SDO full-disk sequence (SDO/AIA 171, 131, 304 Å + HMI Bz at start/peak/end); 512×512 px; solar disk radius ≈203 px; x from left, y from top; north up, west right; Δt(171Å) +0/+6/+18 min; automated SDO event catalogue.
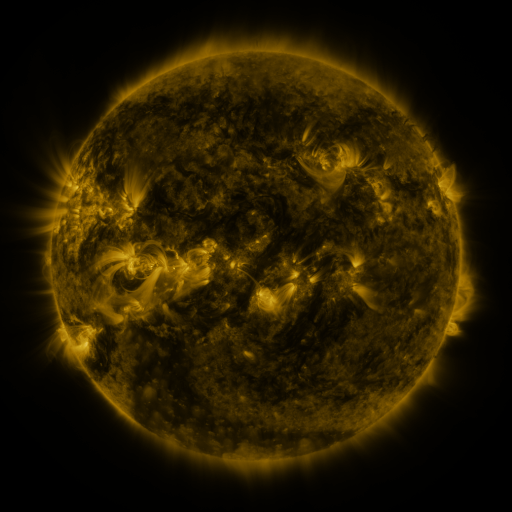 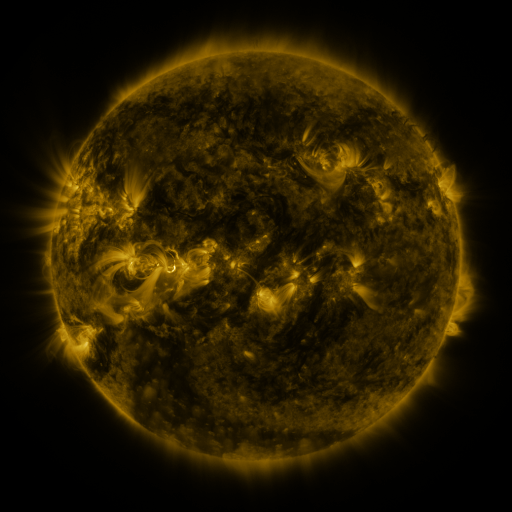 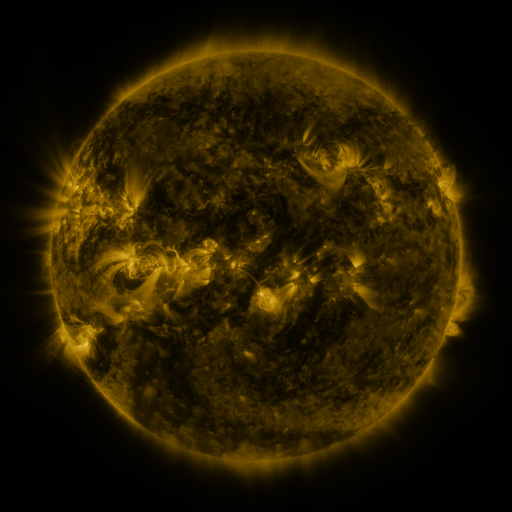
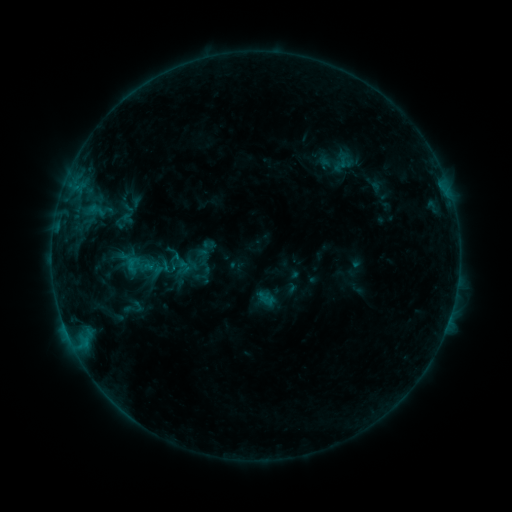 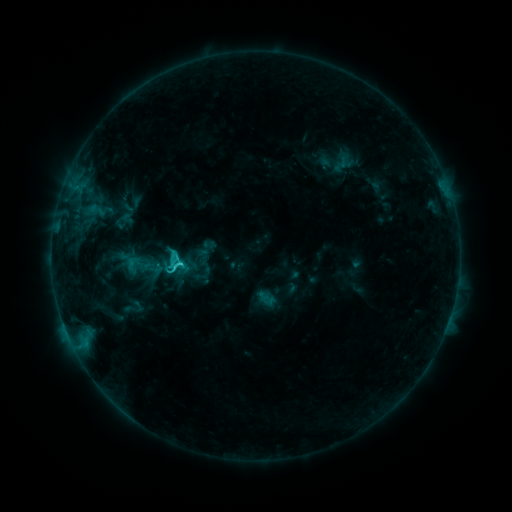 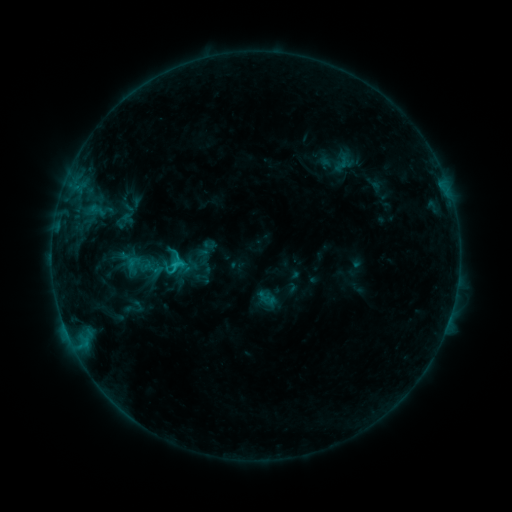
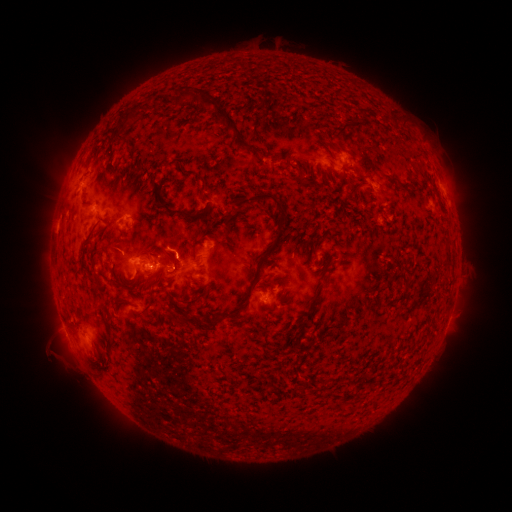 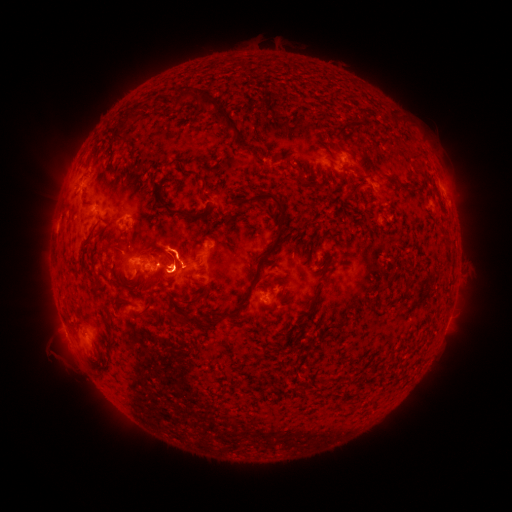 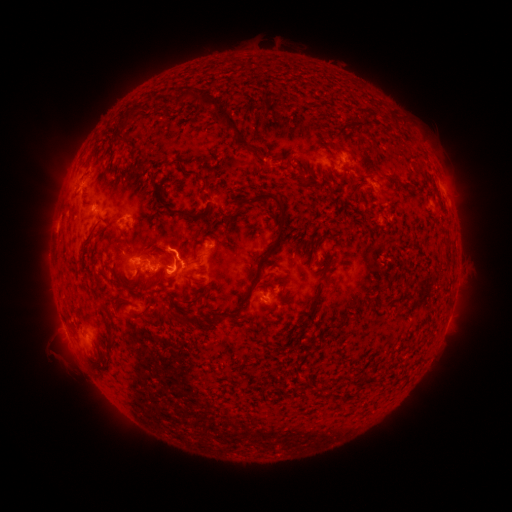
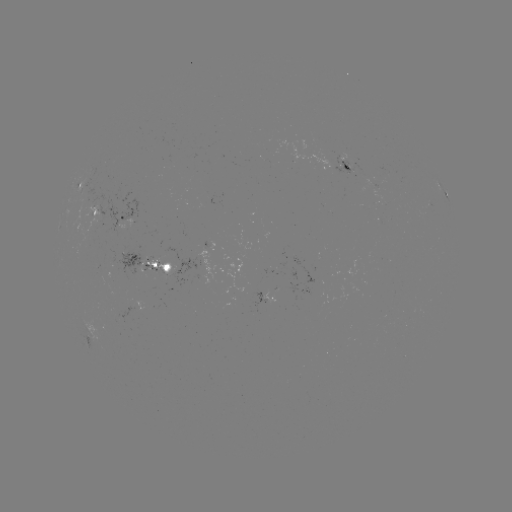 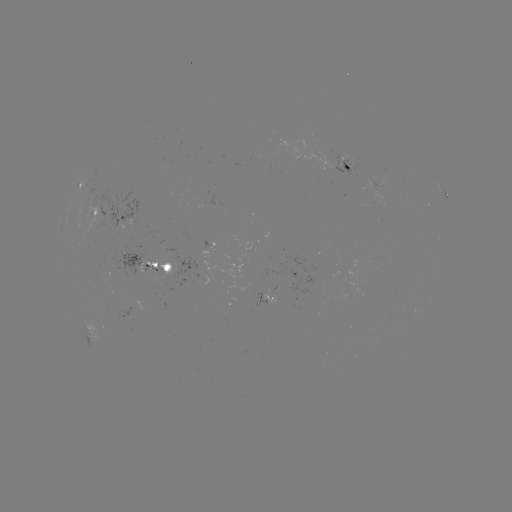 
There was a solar flare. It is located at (180, 261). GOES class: C2.6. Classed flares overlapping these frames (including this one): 1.